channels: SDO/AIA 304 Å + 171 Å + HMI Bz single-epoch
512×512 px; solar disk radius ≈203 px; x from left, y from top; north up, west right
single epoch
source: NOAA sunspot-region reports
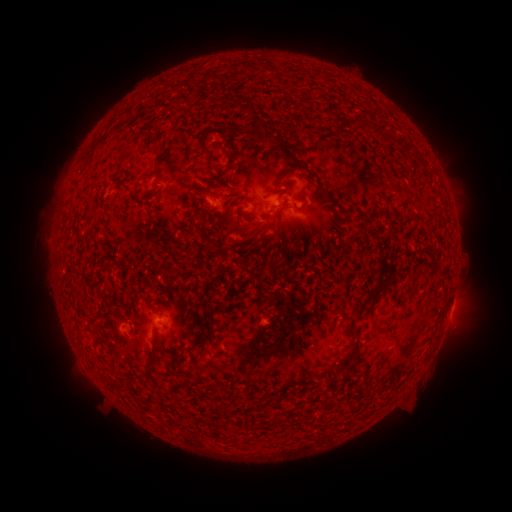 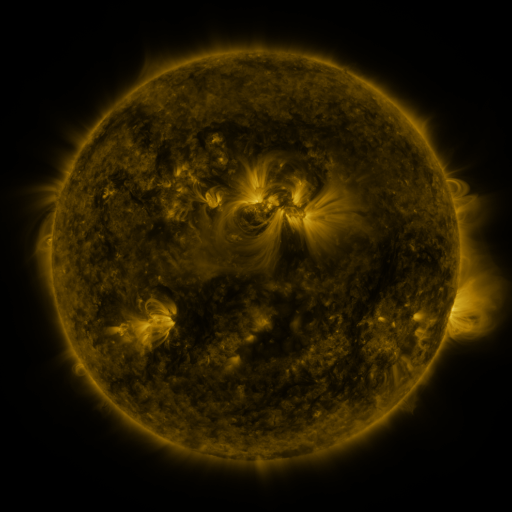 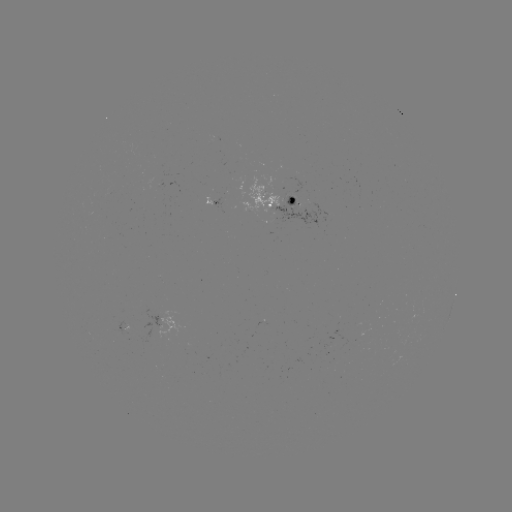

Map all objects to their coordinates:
spotted active region: (212, 198)
spotted active region: (279, 201)
spotted active region: (125, 319)
